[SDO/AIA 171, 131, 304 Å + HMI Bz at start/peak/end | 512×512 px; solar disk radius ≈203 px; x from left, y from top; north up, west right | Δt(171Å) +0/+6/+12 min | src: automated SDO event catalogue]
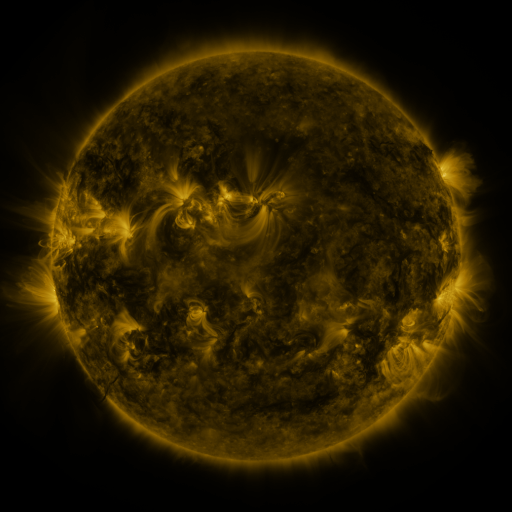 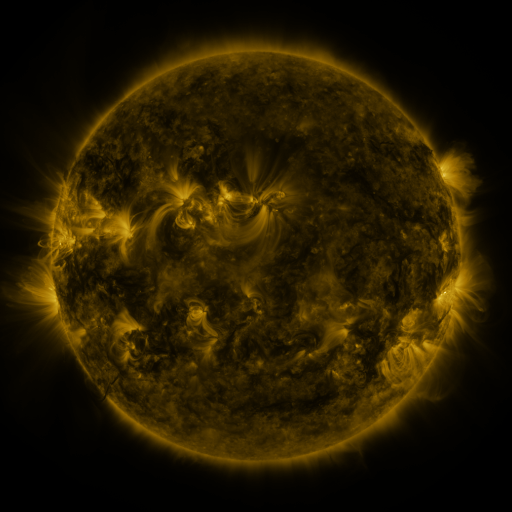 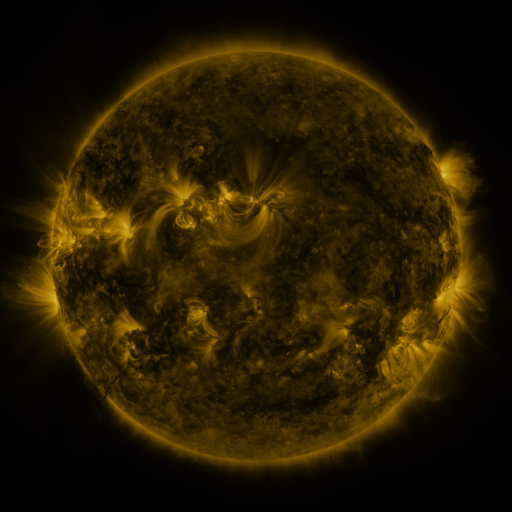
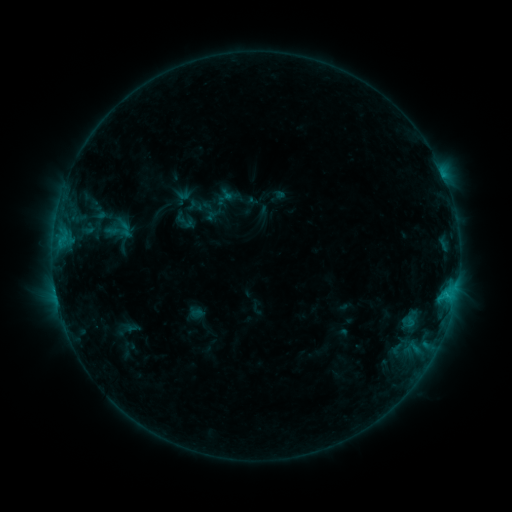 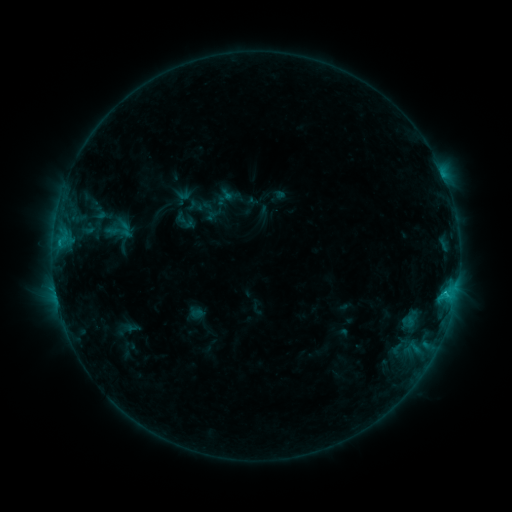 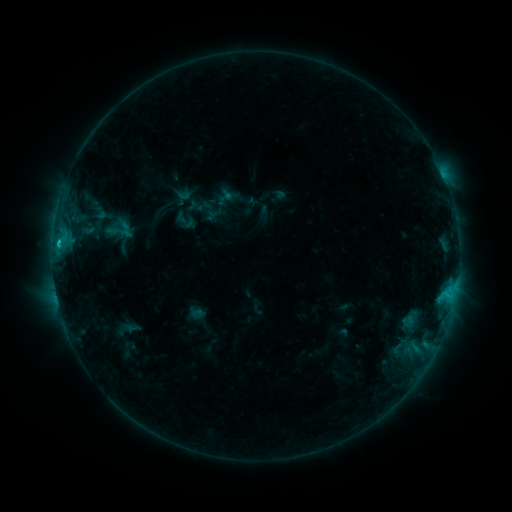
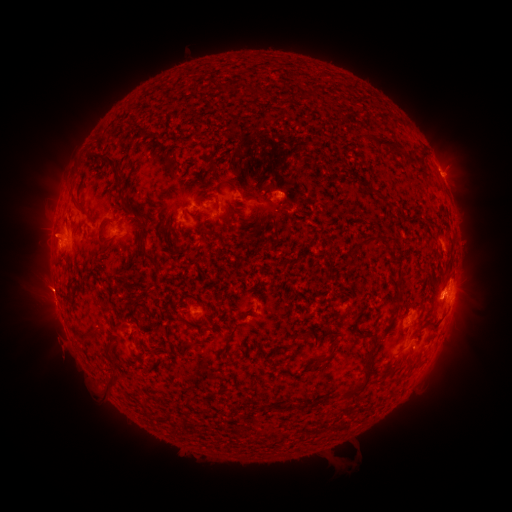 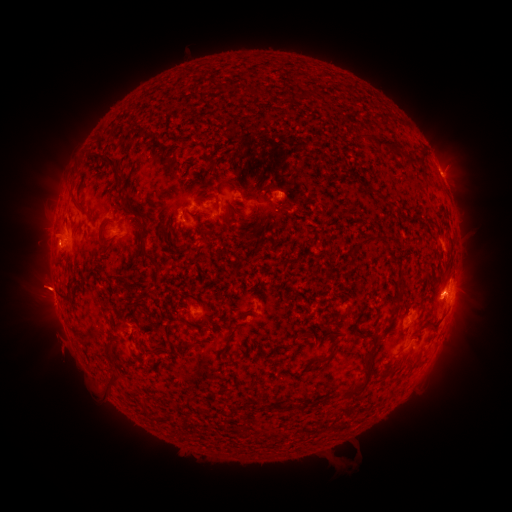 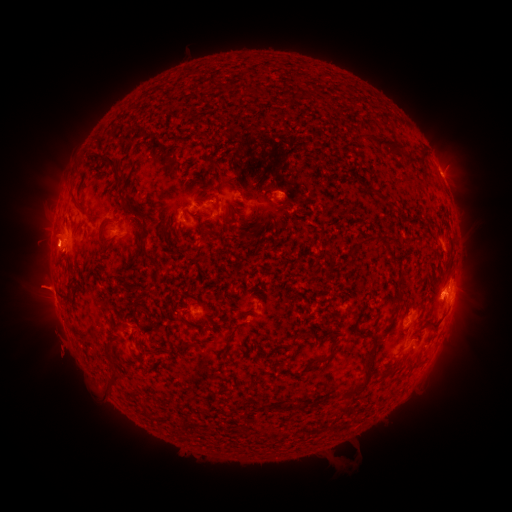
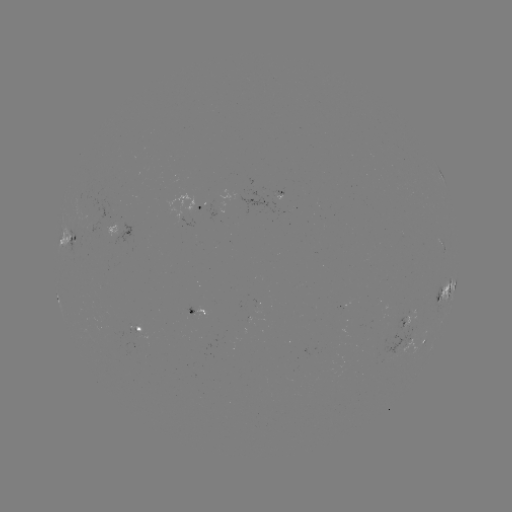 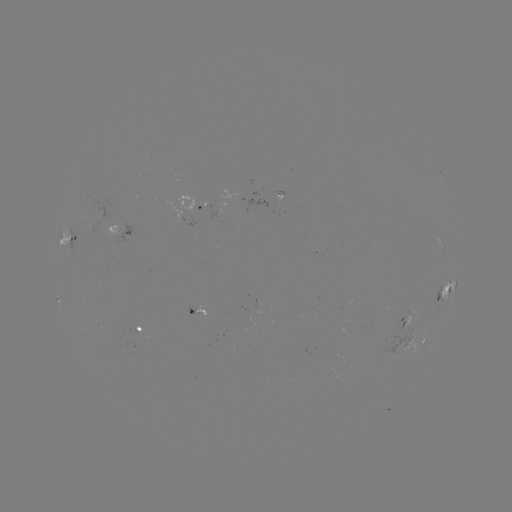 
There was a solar flare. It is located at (59, 246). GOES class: C2.2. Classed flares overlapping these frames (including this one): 1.